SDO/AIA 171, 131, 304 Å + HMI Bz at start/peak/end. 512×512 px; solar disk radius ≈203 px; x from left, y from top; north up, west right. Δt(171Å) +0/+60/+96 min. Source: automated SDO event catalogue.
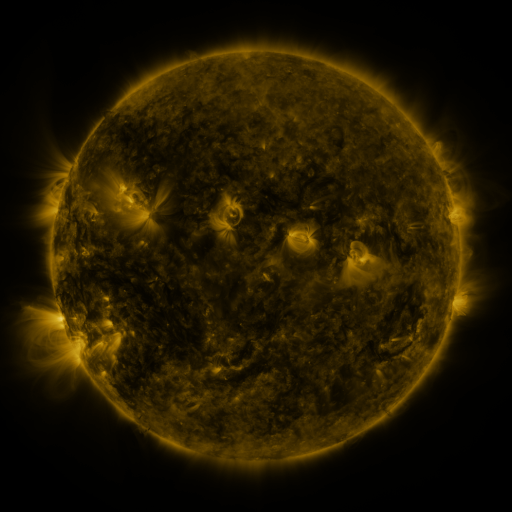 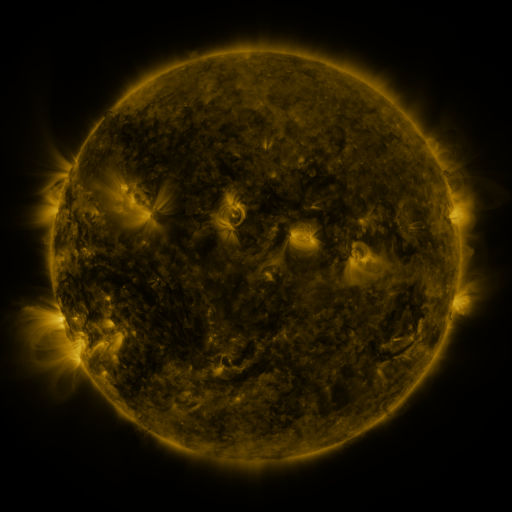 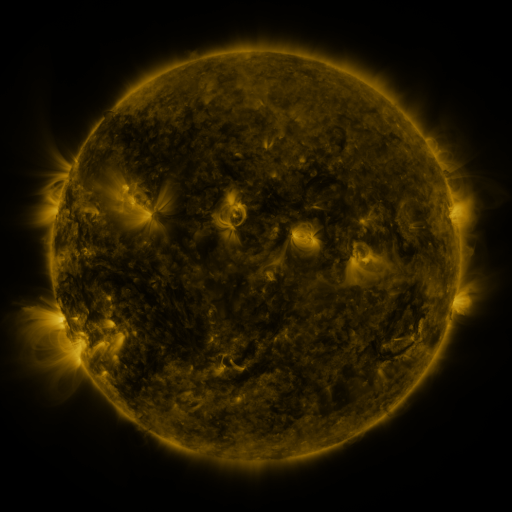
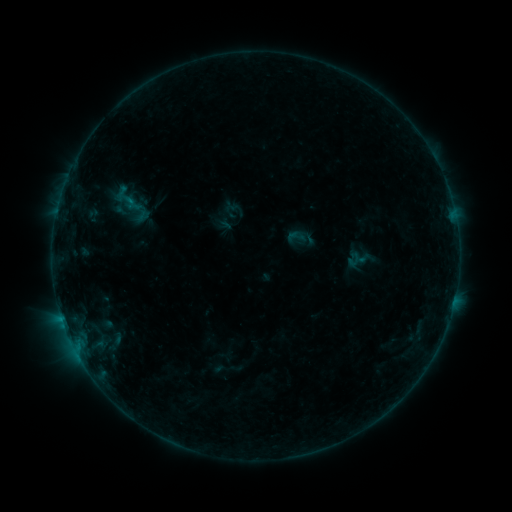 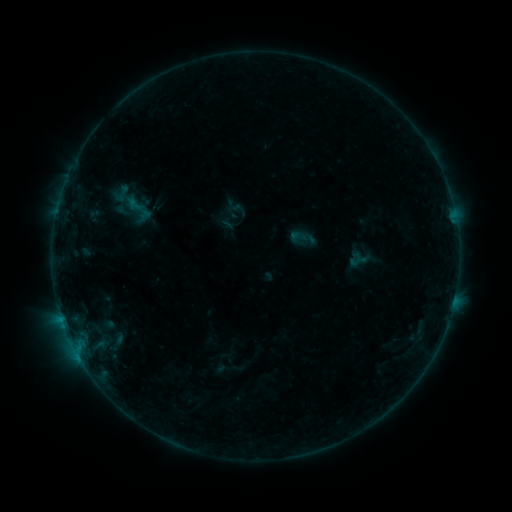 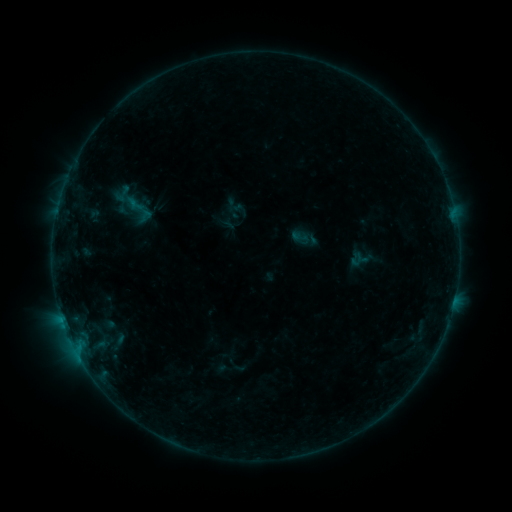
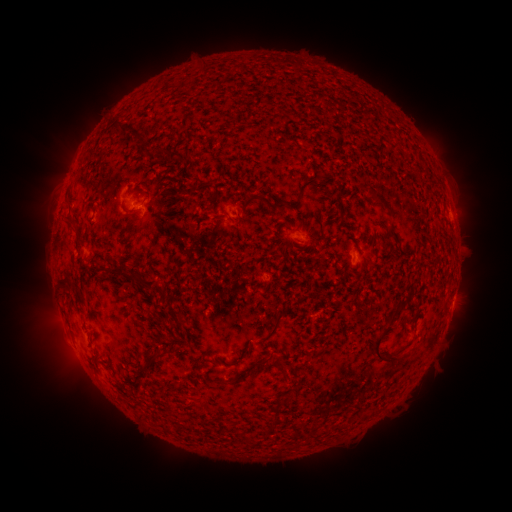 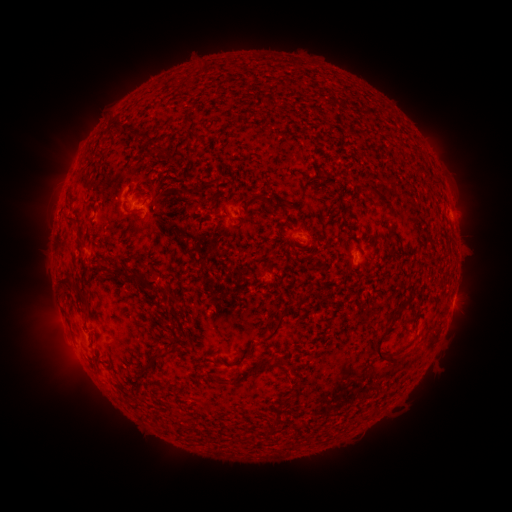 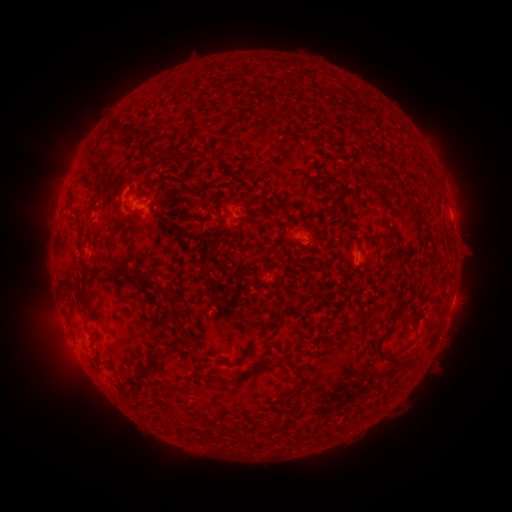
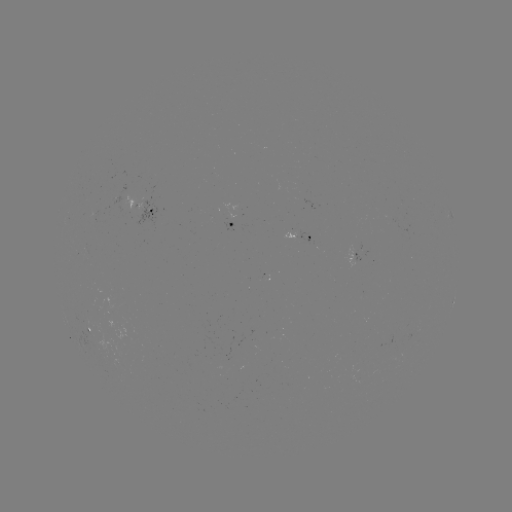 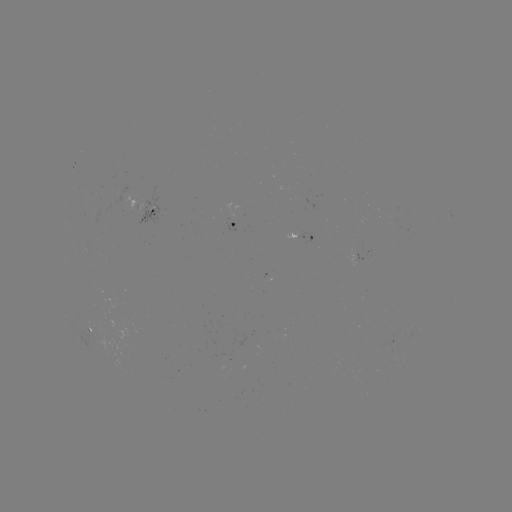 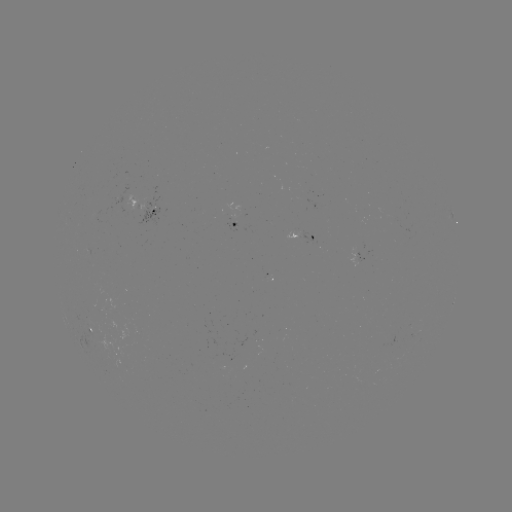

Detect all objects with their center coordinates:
emerging-flux region: (257, 343)
